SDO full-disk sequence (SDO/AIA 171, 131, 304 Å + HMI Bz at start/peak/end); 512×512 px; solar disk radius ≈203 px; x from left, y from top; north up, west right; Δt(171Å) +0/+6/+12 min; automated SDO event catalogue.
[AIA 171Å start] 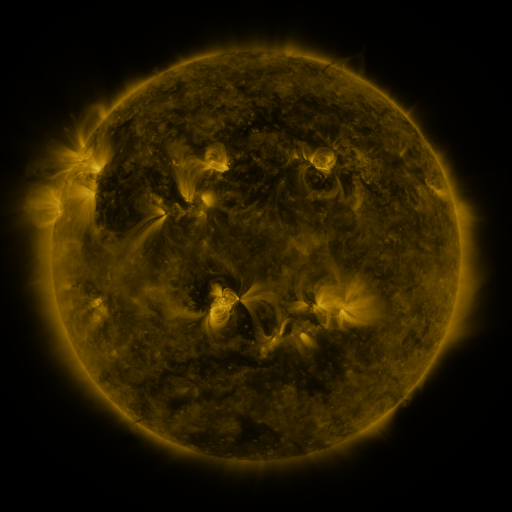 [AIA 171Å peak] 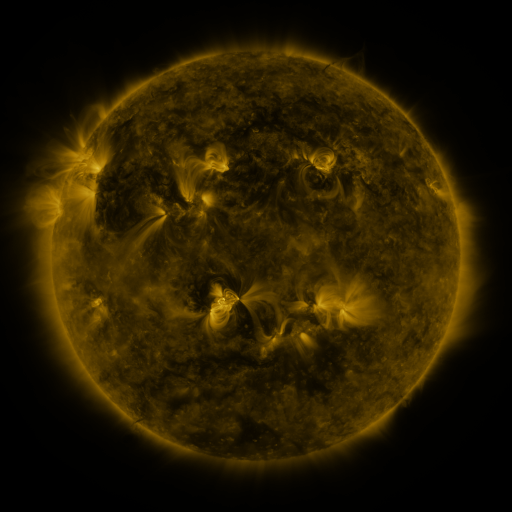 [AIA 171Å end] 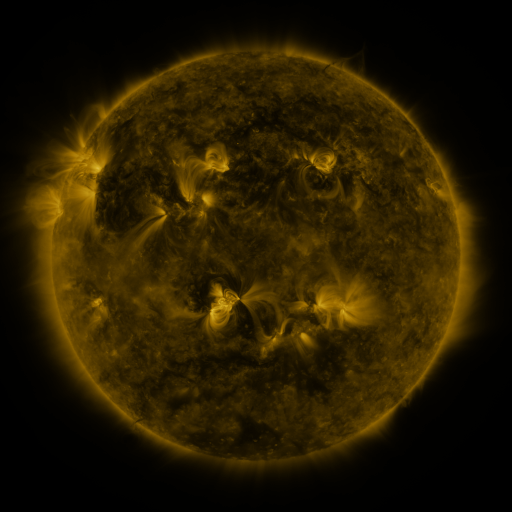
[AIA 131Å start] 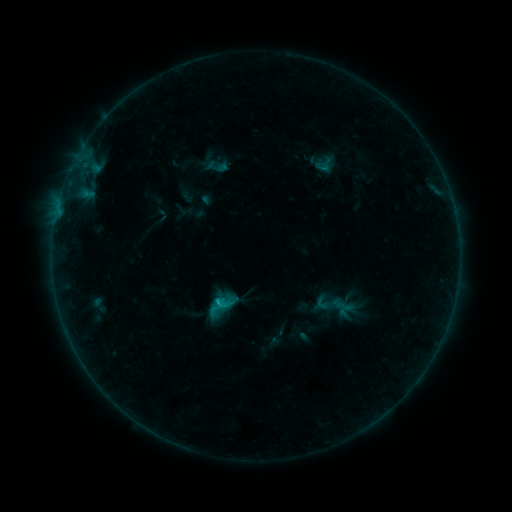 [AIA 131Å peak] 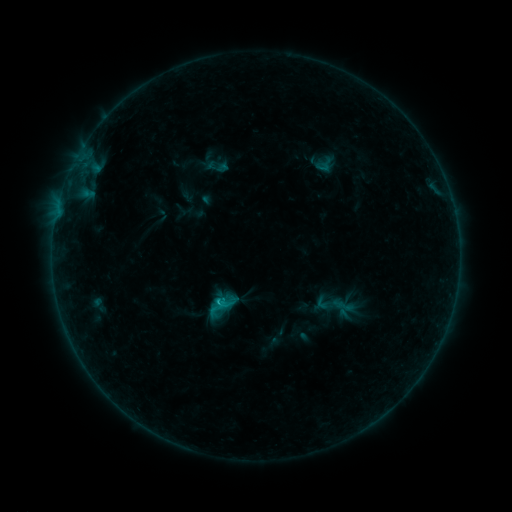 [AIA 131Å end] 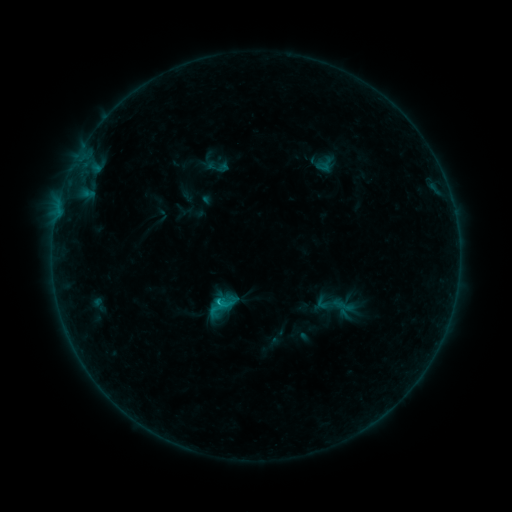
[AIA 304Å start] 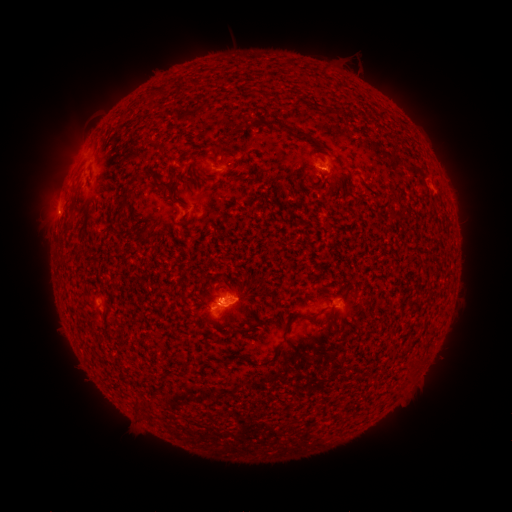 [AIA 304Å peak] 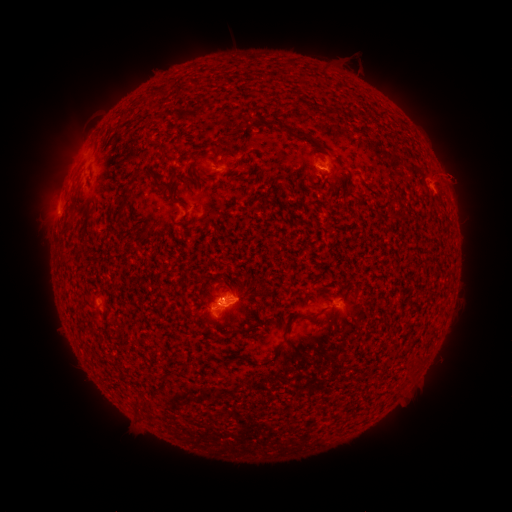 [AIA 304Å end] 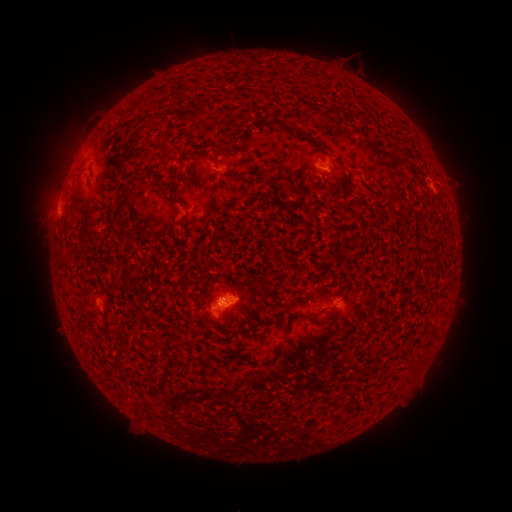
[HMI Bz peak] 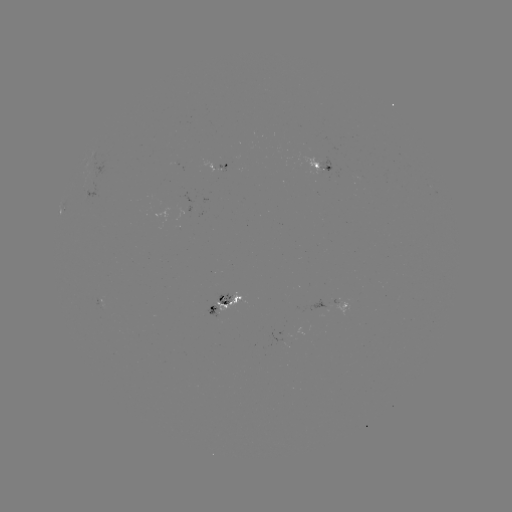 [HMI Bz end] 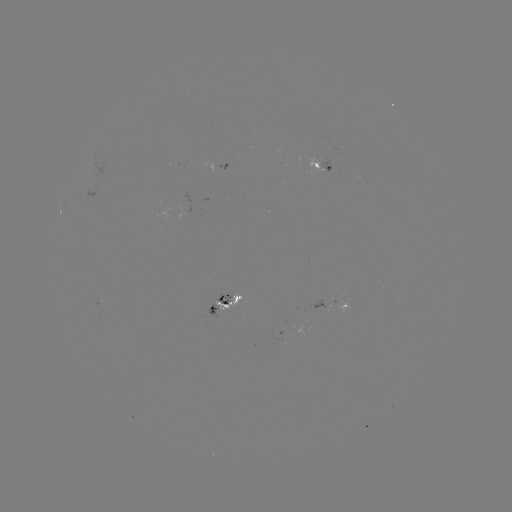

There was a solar eruption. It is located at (455, 177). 